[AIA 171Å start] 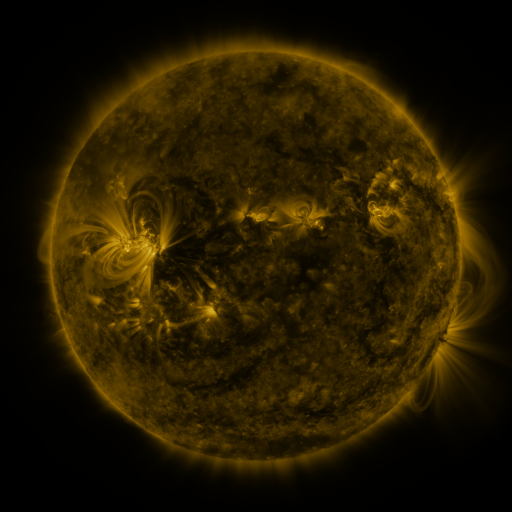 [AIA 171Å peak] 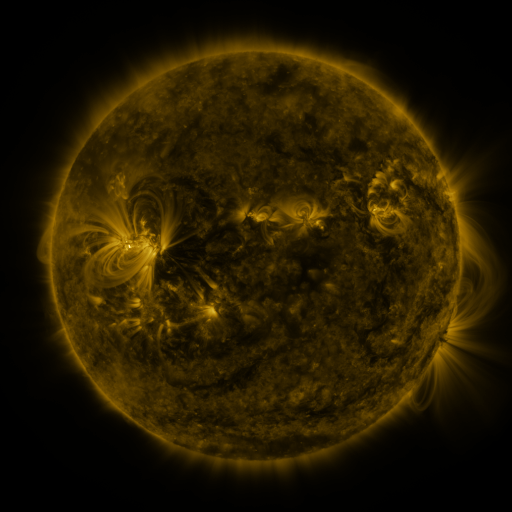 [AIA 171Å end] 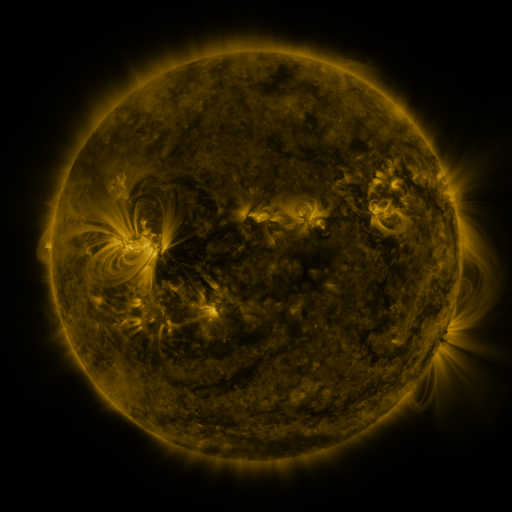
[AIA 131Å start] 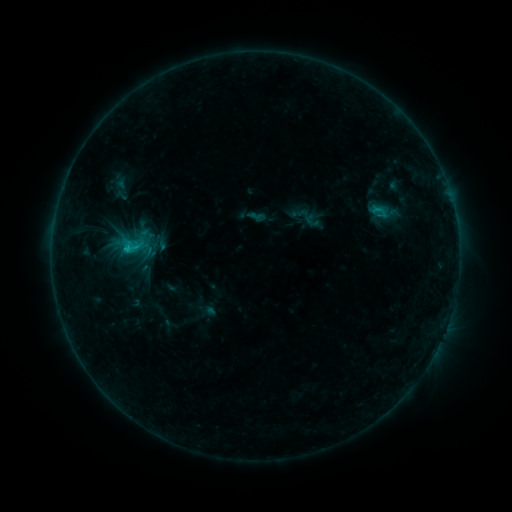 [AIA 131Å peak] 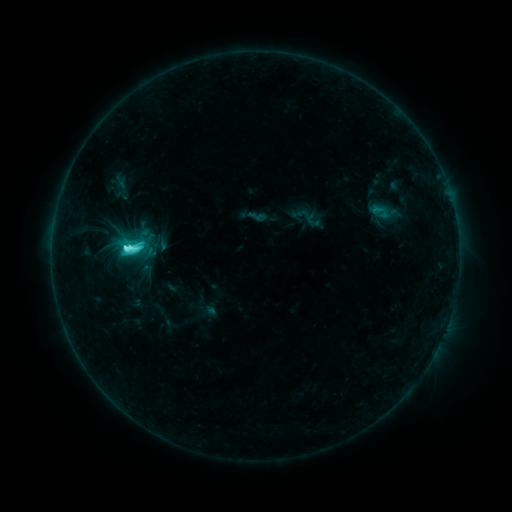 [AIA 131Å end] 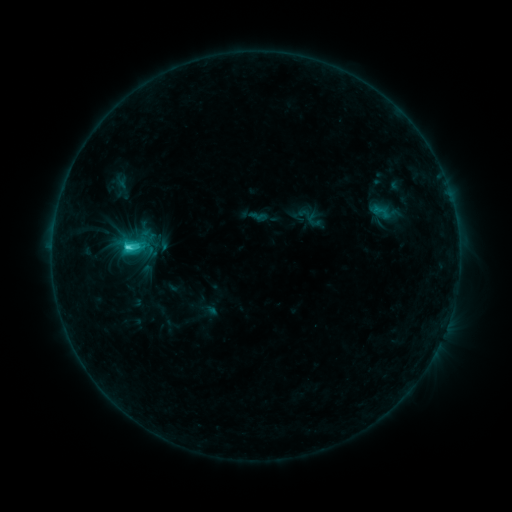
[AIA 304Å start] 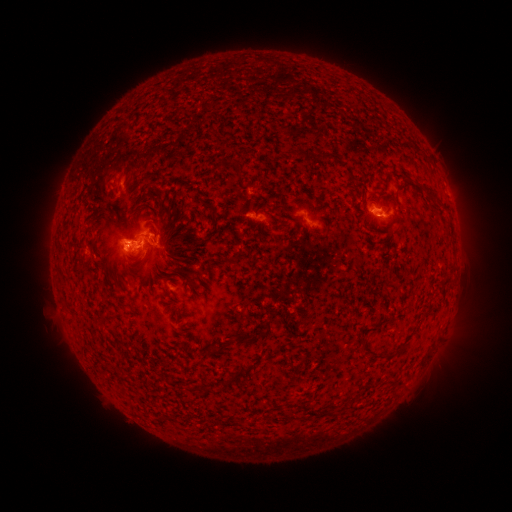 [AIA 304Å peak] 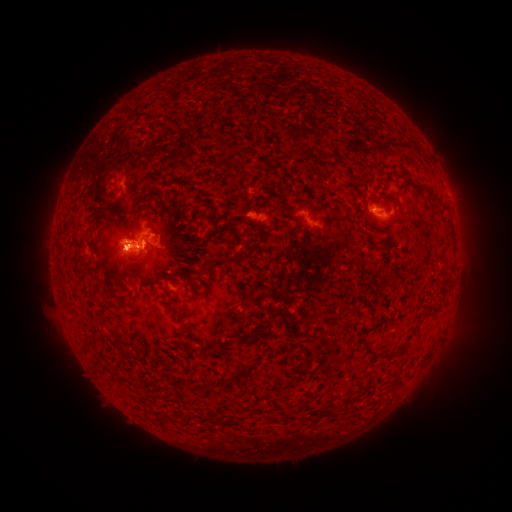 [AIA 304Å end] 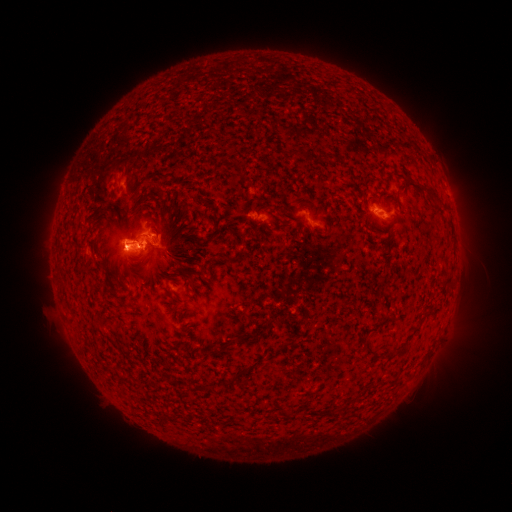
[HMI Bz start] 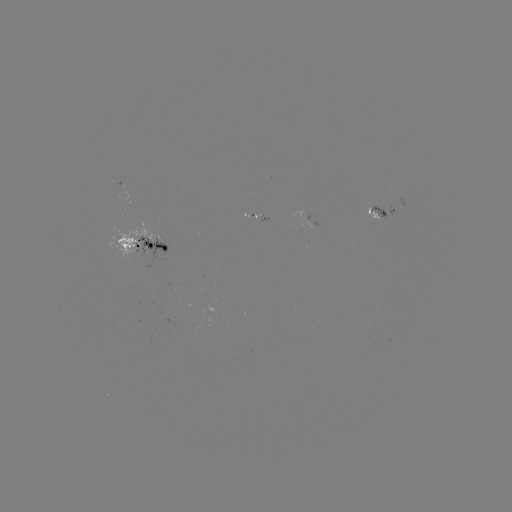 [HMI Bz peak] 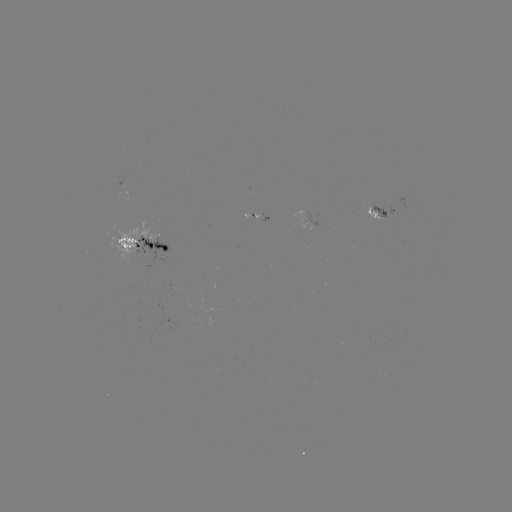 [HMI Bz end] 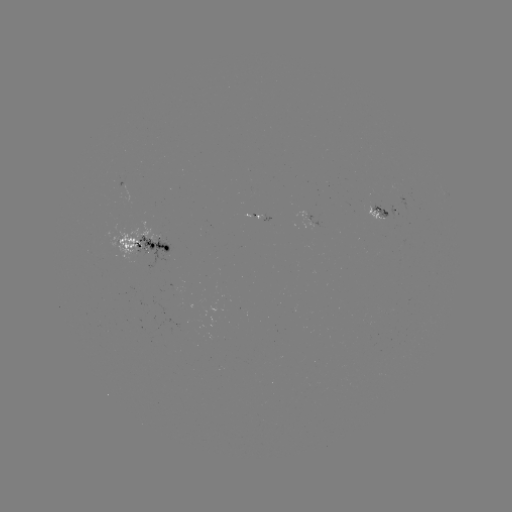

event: flare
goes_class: C6.3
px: (128, 250)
